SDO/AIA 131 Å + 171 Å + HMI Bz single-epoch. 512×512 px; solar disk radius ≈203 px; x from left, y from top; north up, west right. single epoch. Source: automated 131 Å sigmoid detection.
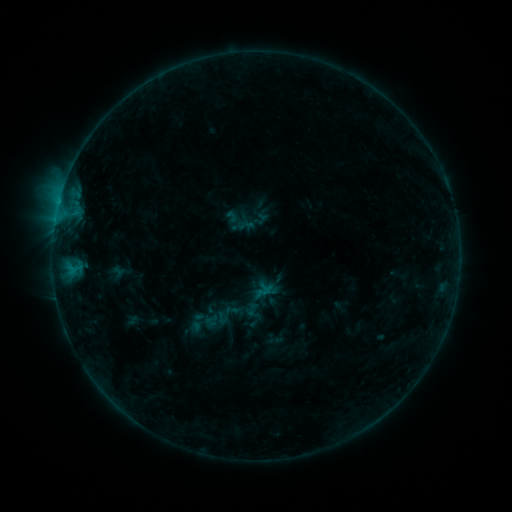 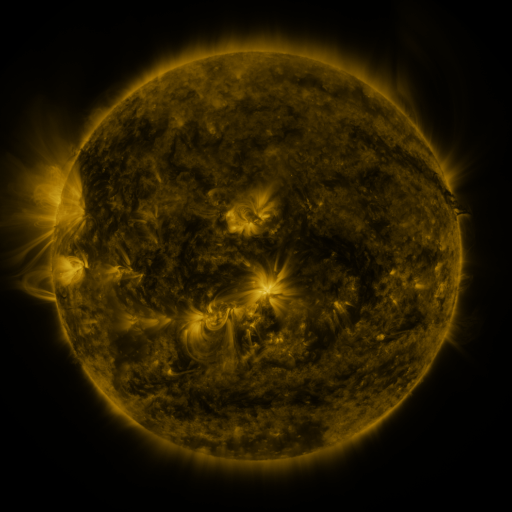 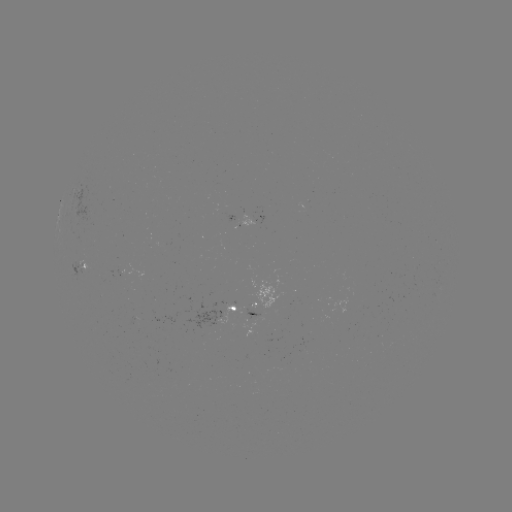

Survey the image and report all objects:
sigmoid: (228, 314)
sigmoid: (195, 321)
